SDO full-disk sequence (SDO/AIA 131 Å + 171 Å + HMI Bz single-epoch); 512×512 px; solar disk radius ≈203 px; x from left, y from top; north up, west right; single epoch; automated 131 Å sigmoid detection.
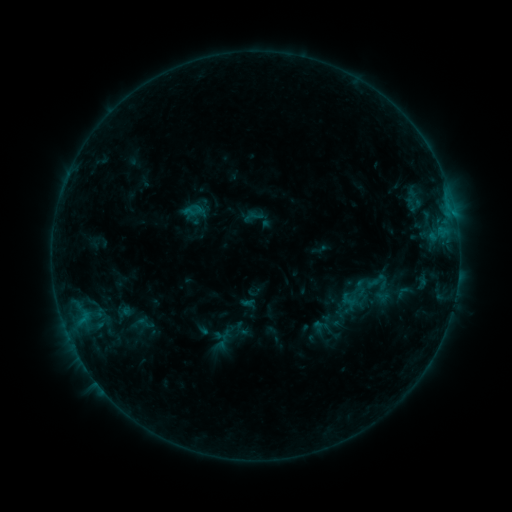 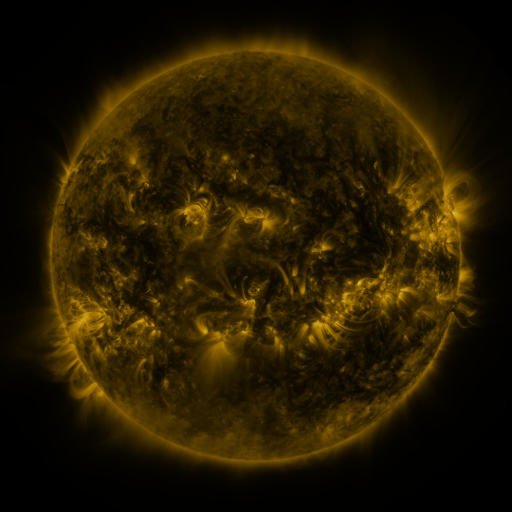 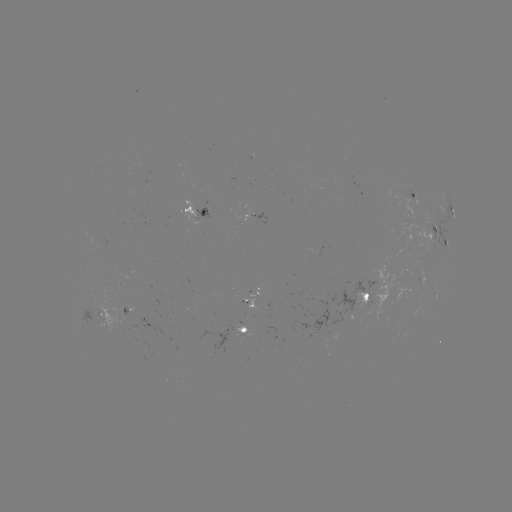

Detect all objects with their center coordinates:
sigmoid: <bbox>131, 313, 159, 333</bbox>
